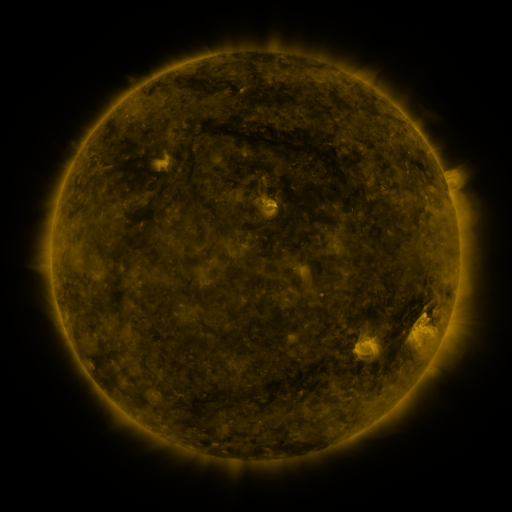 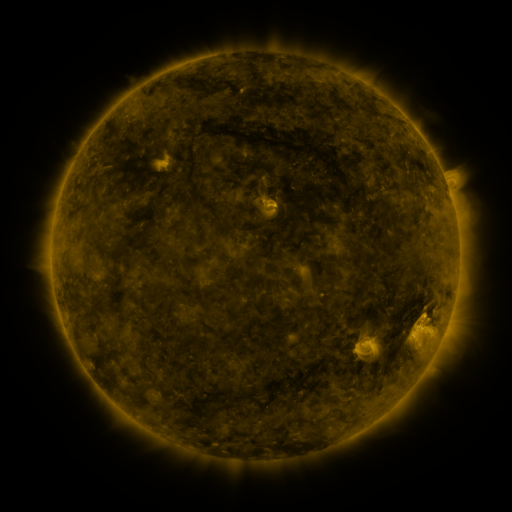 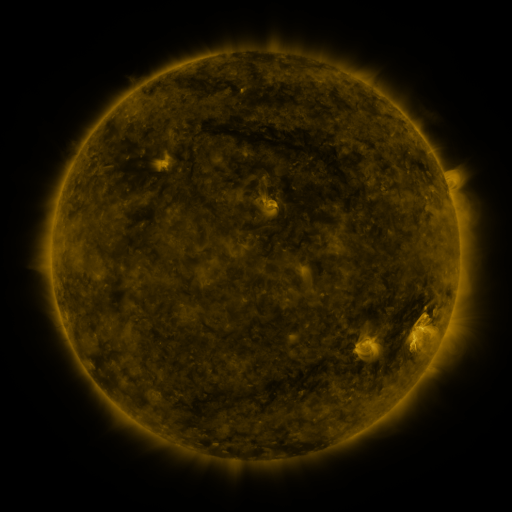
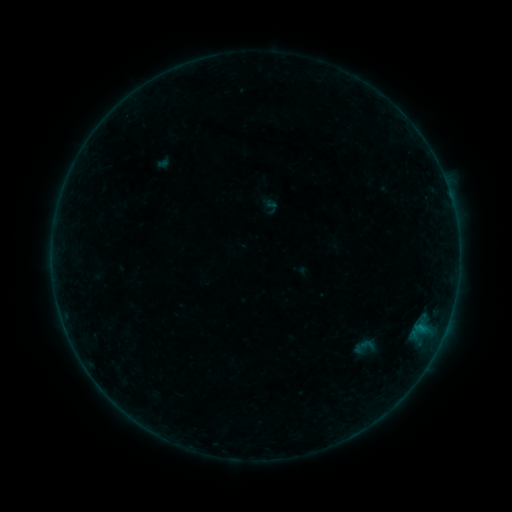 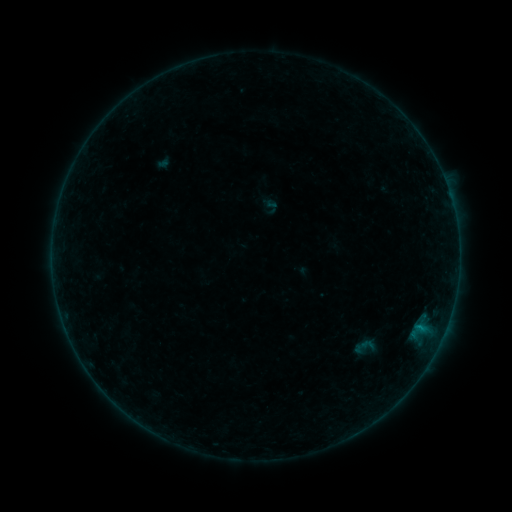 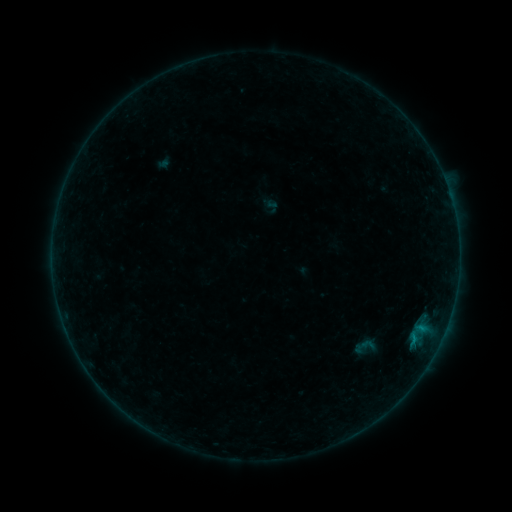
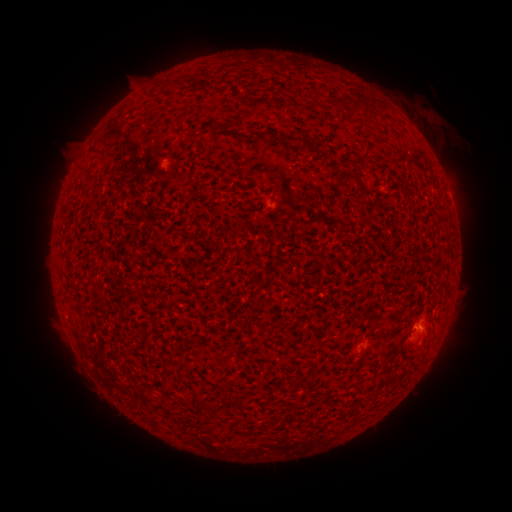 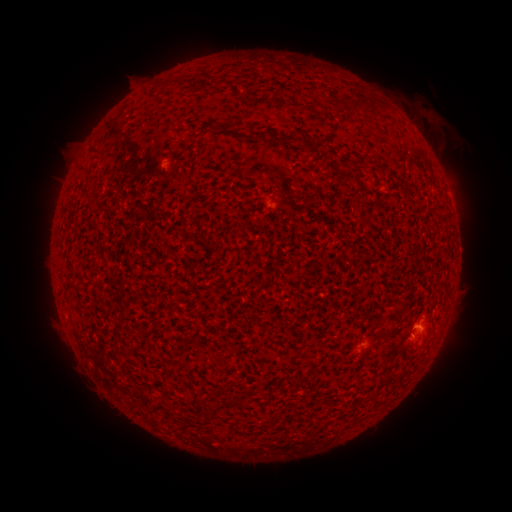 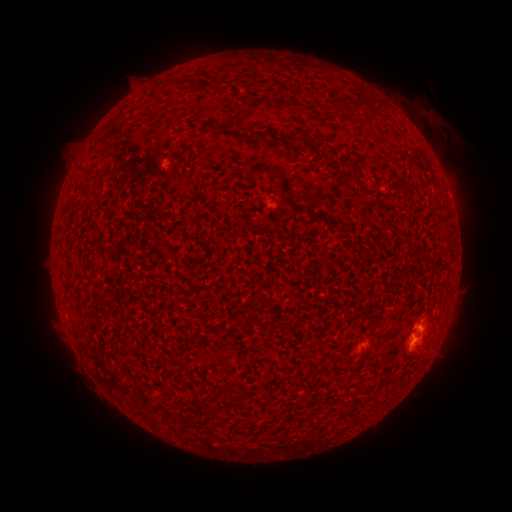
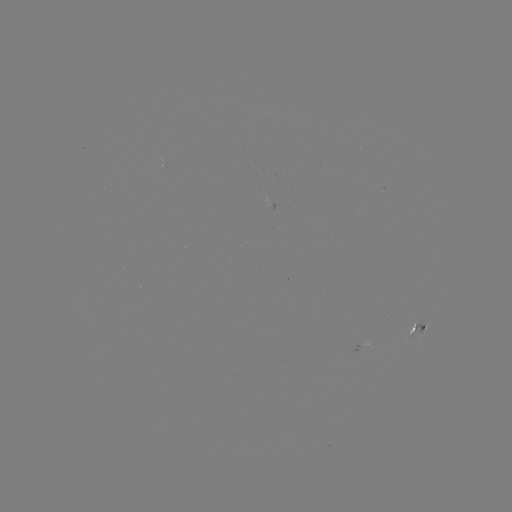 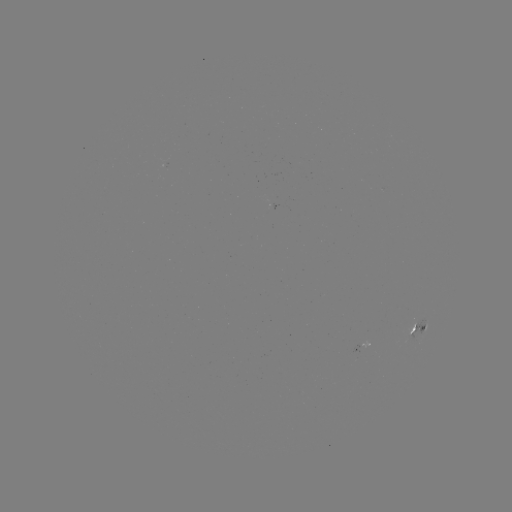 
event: flare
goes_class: B3.2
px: (412, 333)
